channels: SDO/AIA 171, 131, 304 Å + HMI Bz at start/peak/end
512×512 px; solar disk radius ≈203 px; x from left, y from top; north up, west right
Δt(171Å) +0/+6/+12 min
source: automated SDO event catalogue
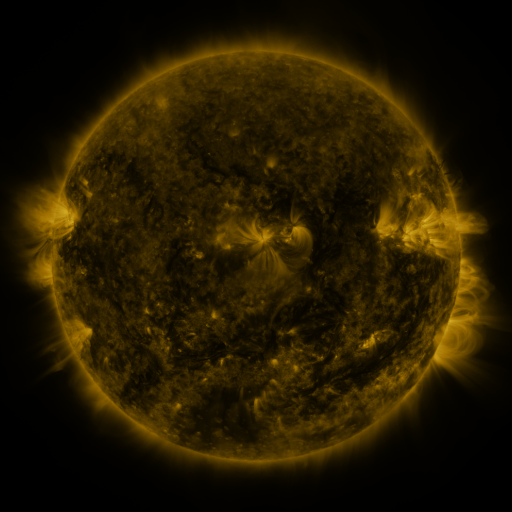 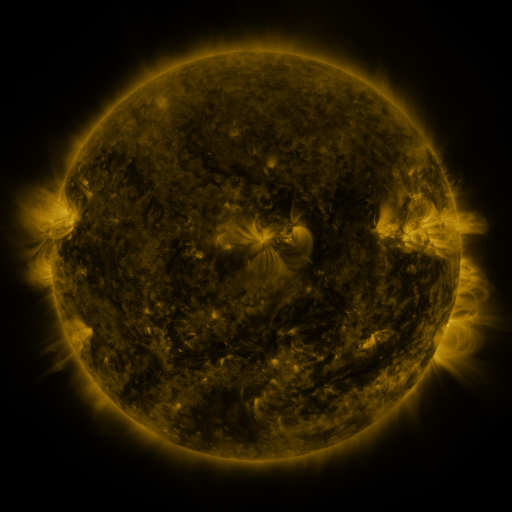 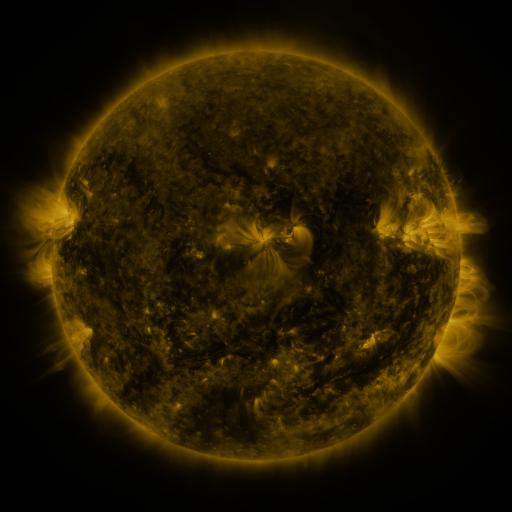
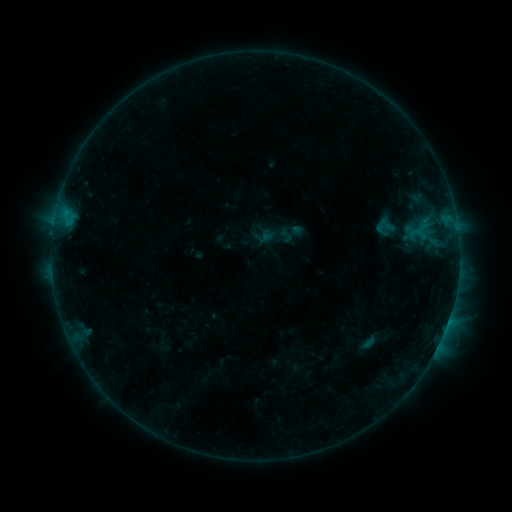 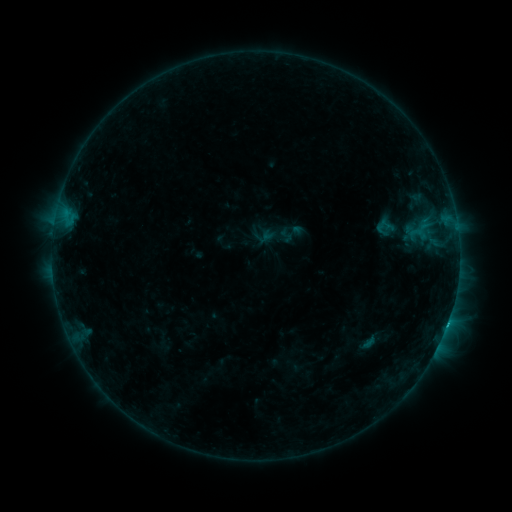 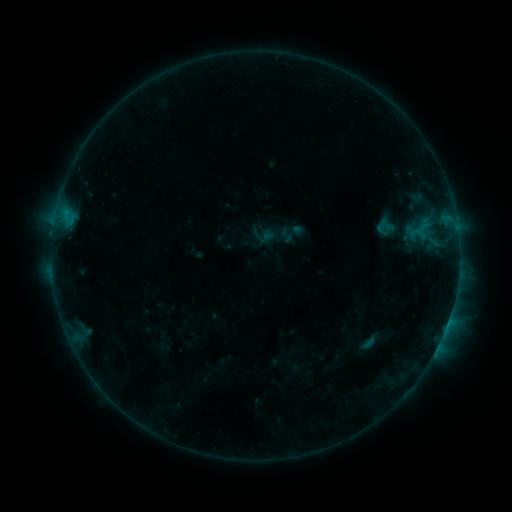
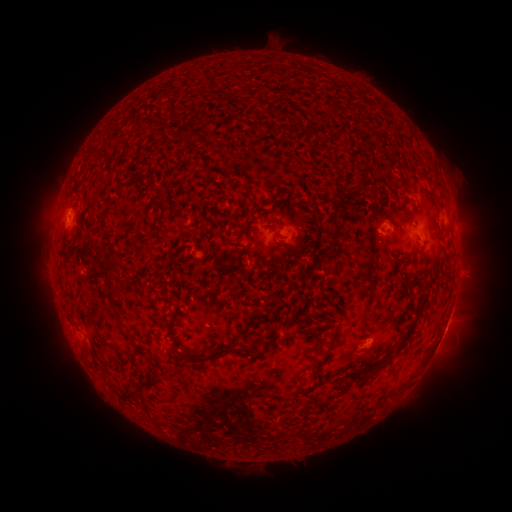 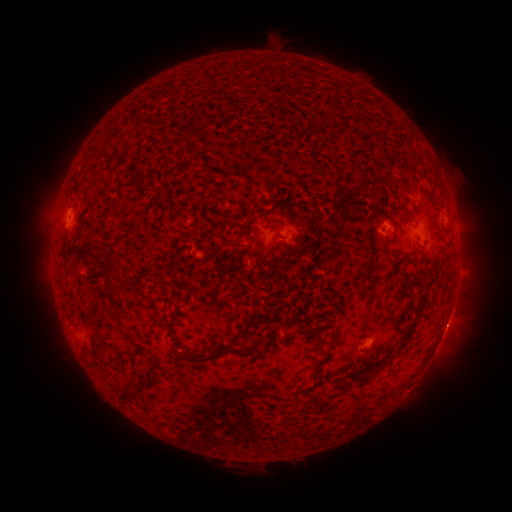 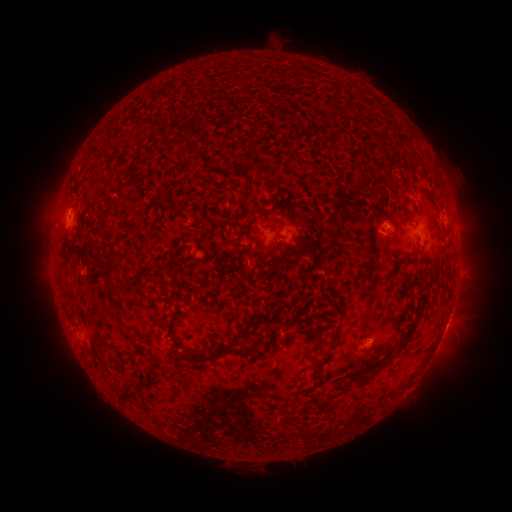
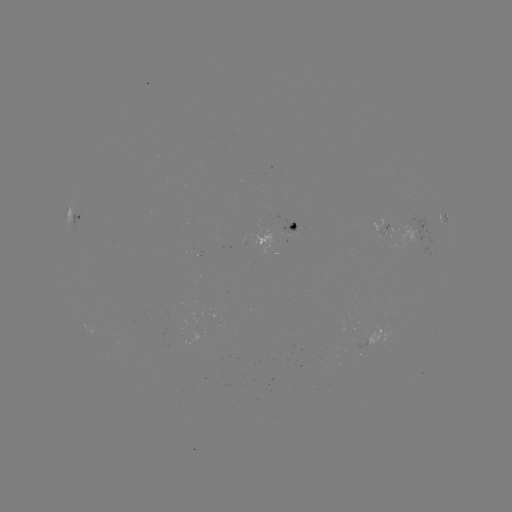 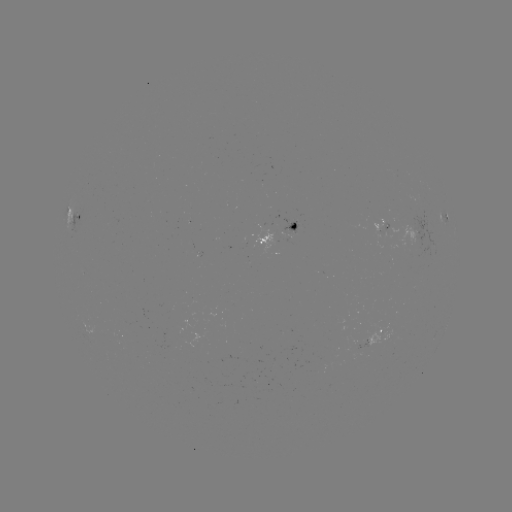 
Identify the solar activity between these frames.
B5.2 flare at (447, 322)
